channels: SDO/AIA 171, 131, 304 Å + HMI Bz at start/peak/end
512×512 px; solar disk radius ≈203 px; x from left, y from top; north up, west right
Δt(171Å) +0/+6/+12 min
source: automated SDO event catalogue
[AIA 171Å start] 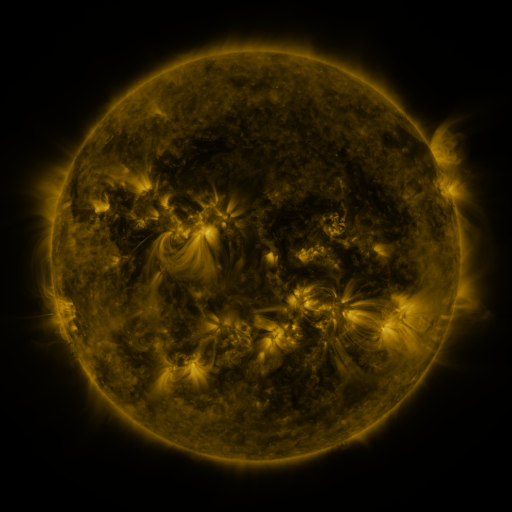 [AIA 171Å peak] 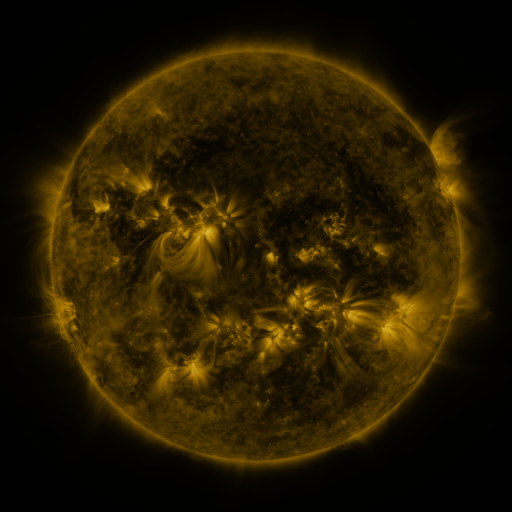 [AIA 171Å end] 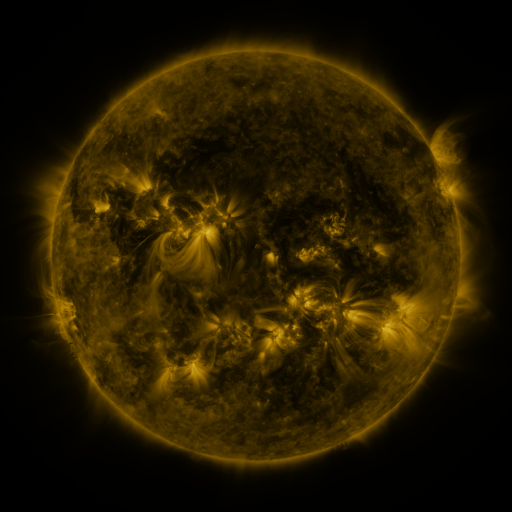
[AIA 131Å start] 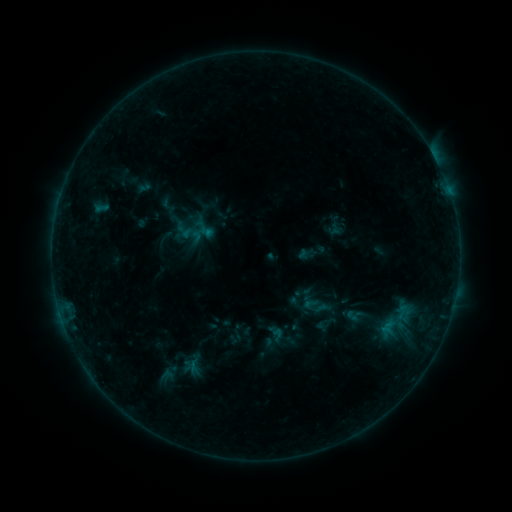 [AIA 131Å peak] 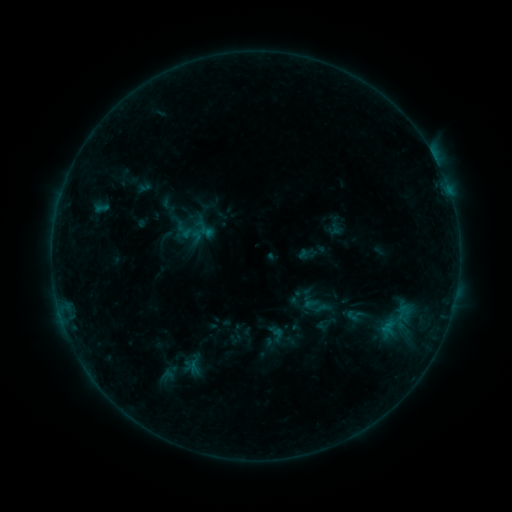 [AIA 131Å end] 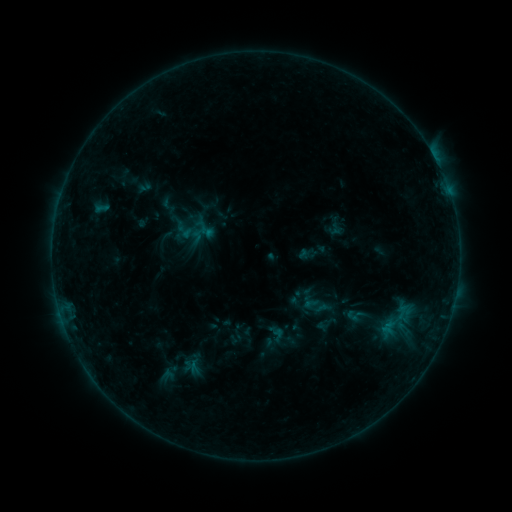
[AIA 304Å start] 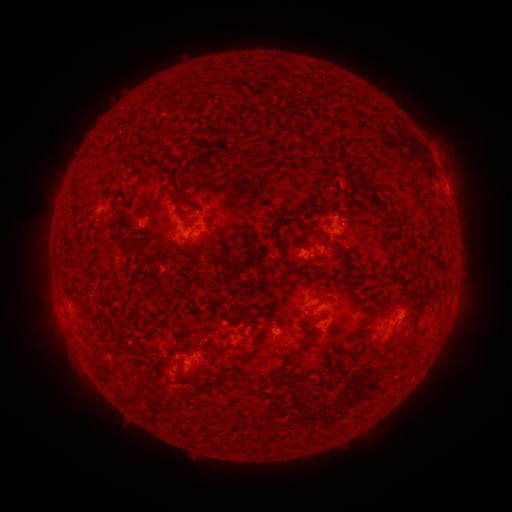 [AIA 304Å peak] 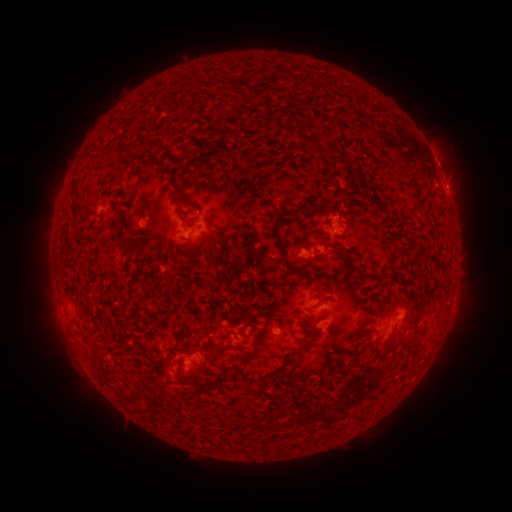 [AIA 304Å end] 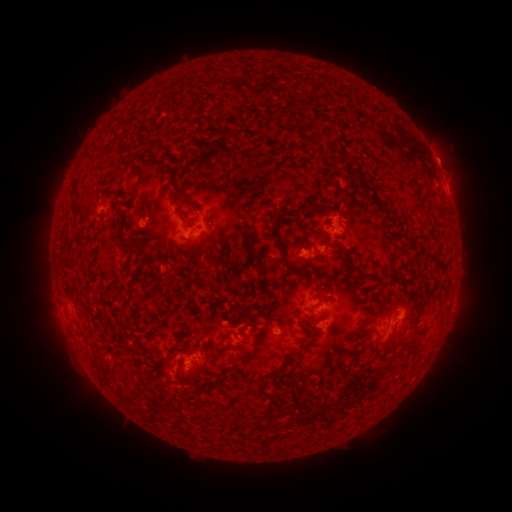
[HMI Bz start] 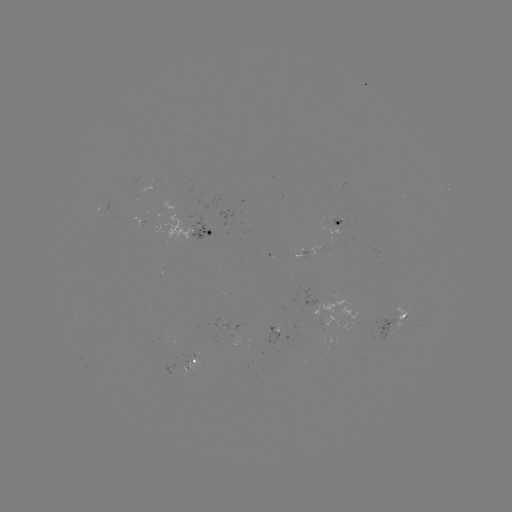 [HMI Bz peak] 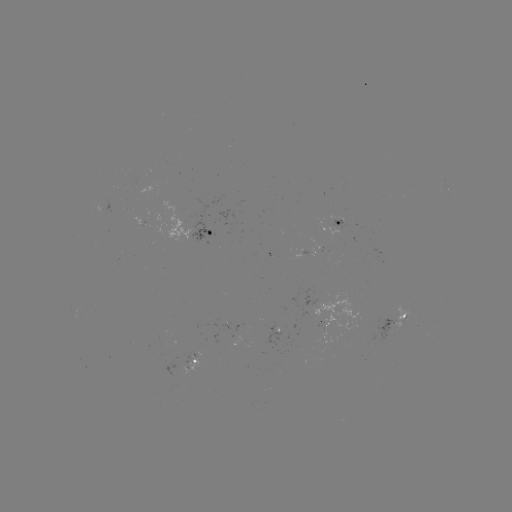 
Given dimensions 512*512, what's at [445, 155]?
eruption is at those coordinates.